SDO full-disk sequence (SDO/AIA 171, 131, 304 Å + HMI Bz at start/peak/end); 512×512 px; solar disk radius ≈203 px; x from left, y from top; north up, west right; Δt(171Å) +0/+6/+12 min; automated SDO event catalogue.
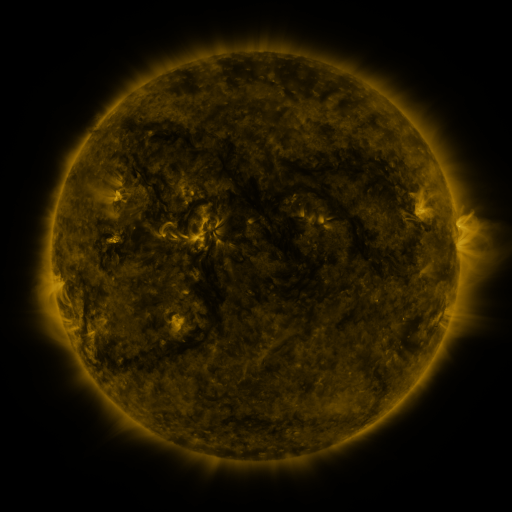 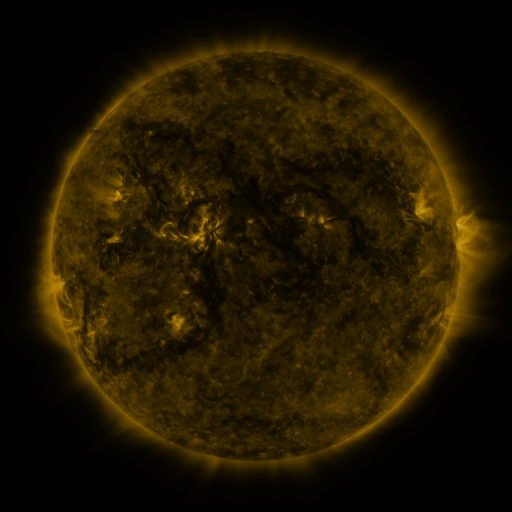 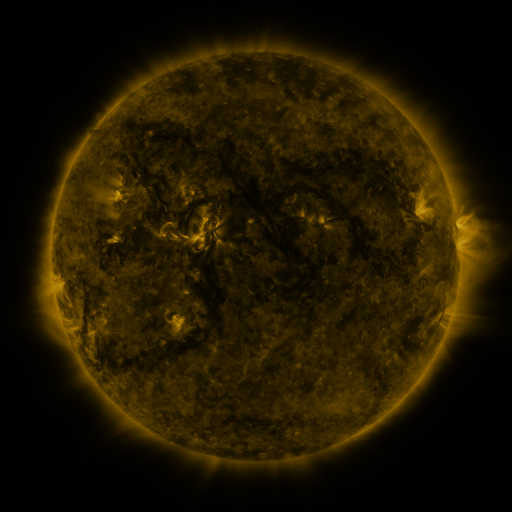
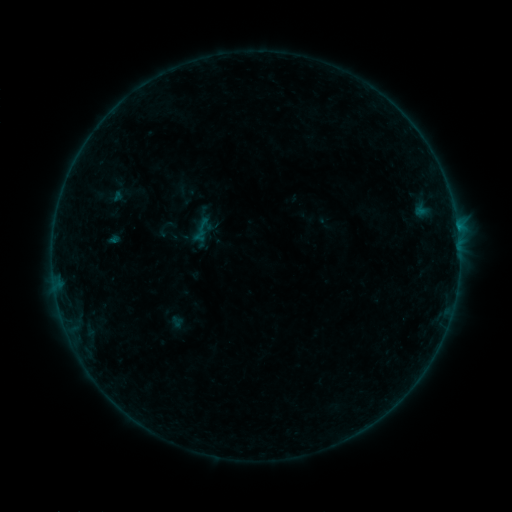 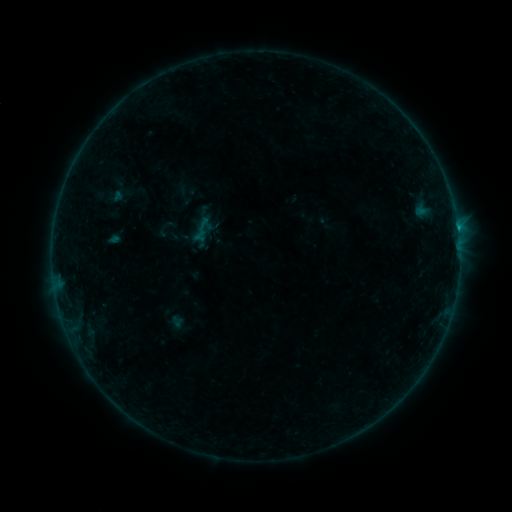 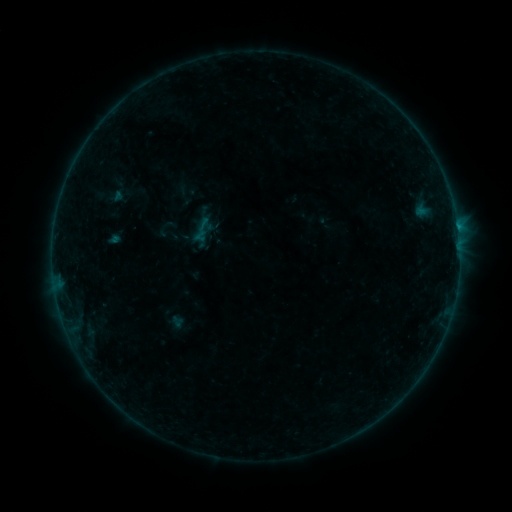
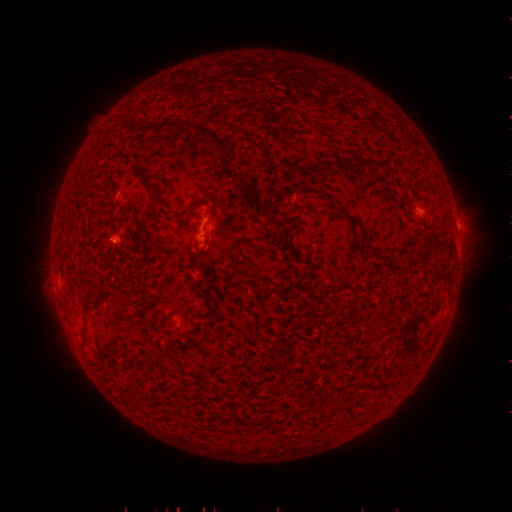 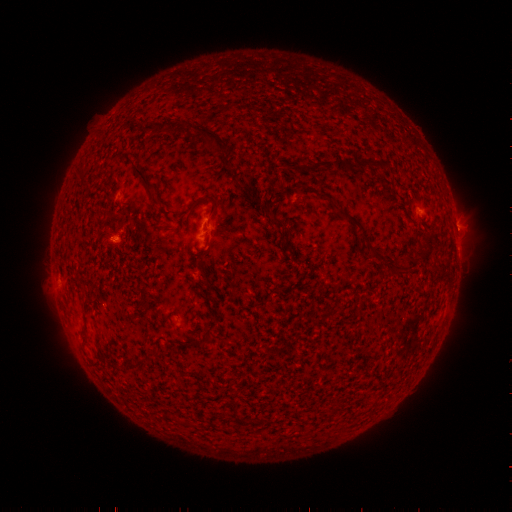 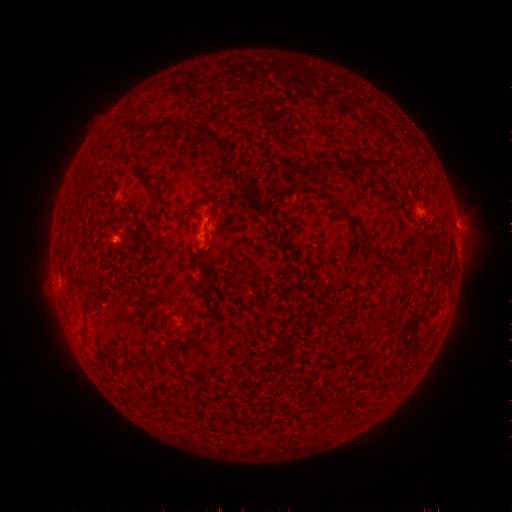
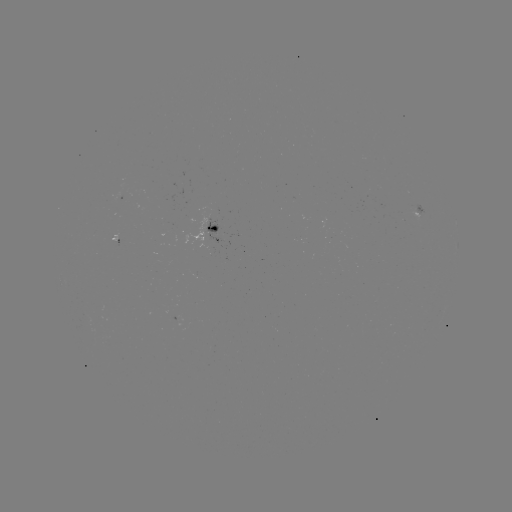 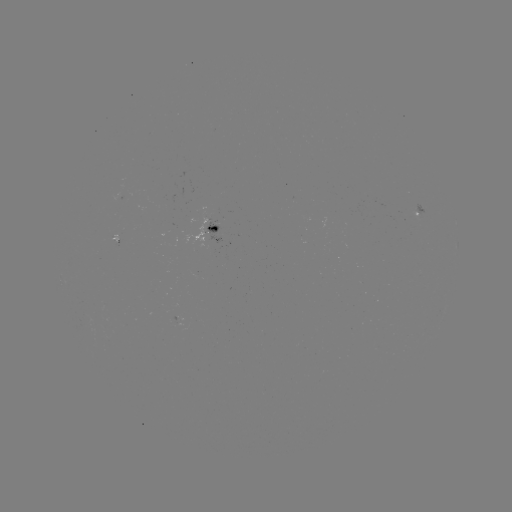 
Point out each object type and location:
B3.8 flare: (457, 231)
